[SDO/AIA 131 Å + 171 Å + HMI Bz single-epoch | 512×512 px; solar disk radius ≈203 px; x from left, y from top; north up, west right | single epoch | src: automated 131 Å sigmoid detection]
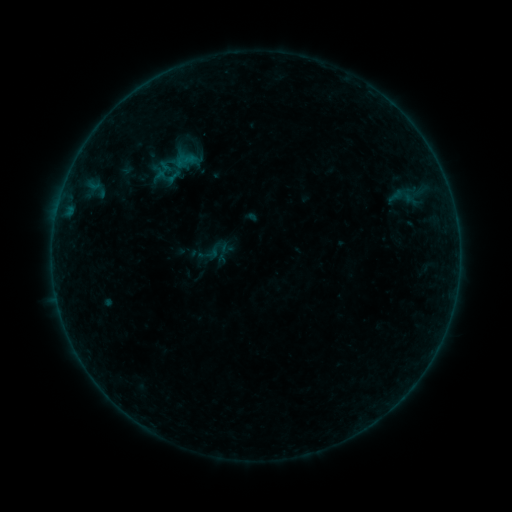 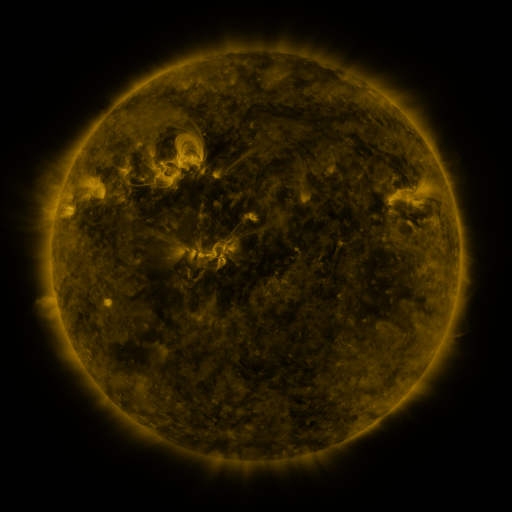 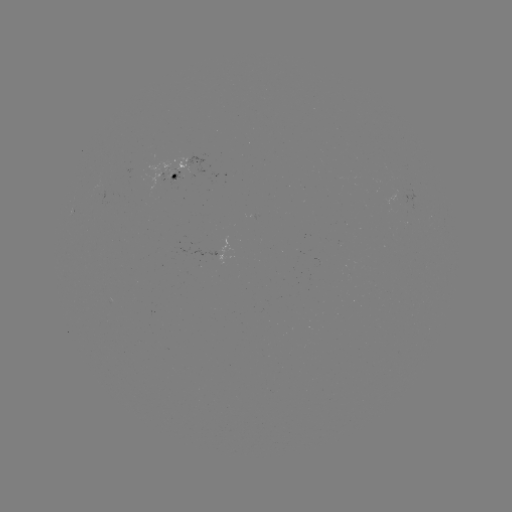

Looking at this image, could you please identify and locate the sigmoid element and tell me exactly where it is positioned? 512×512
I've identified sigmoid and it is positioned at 216,251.